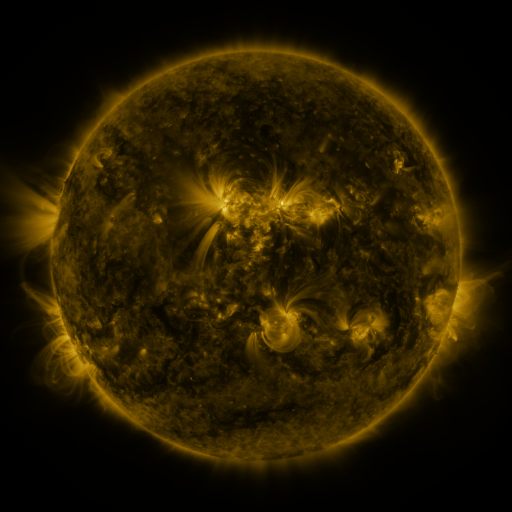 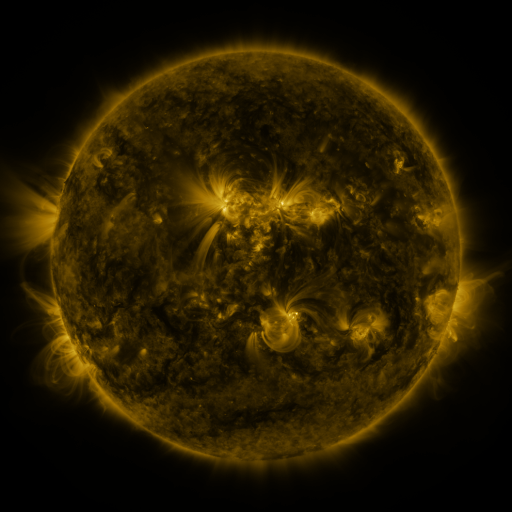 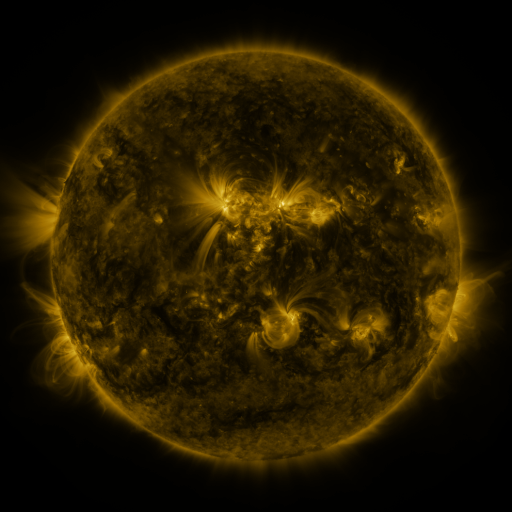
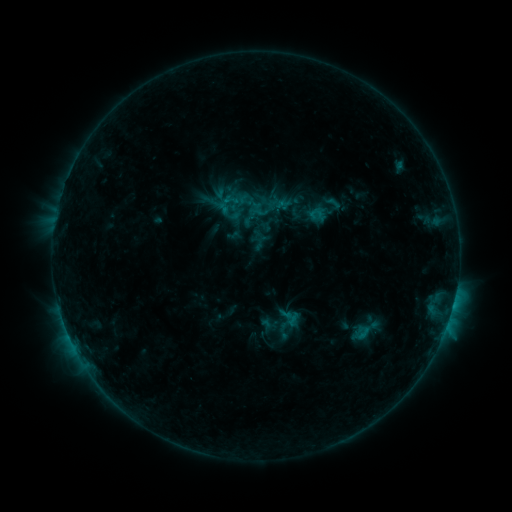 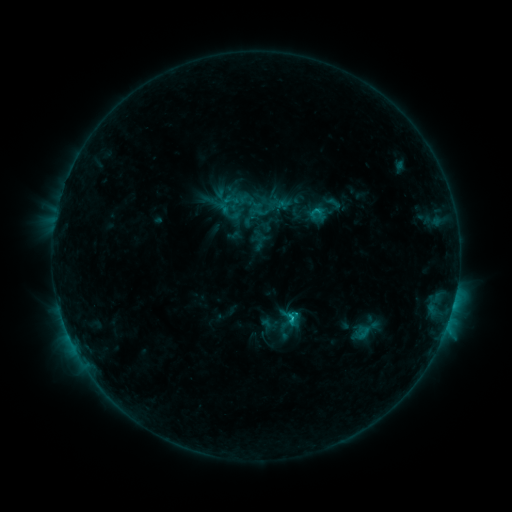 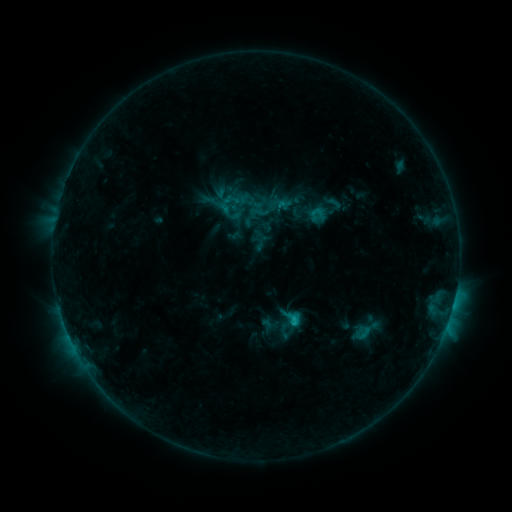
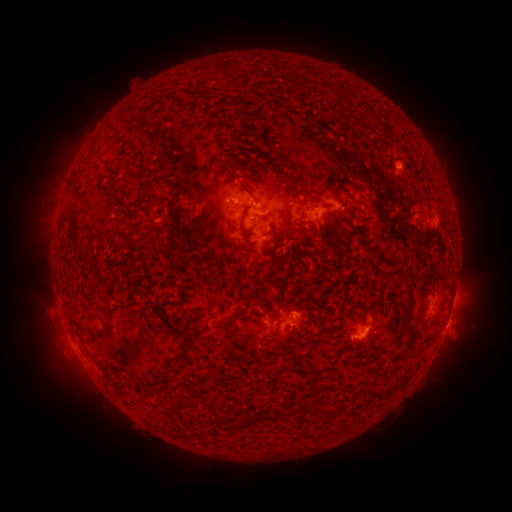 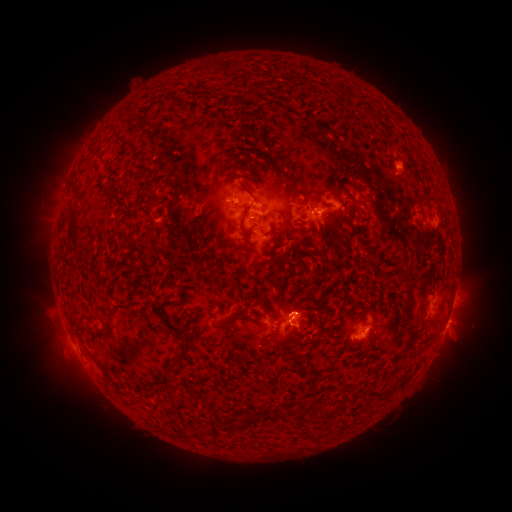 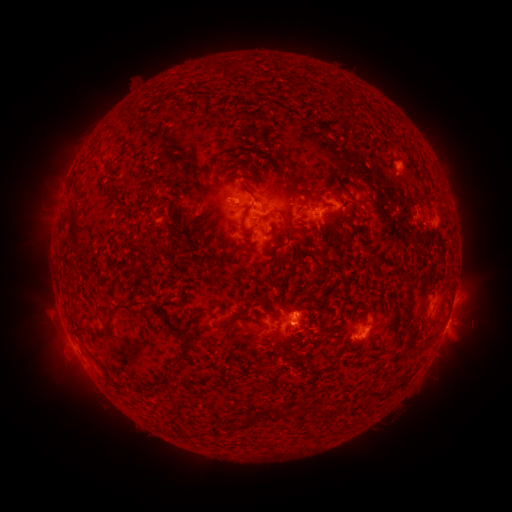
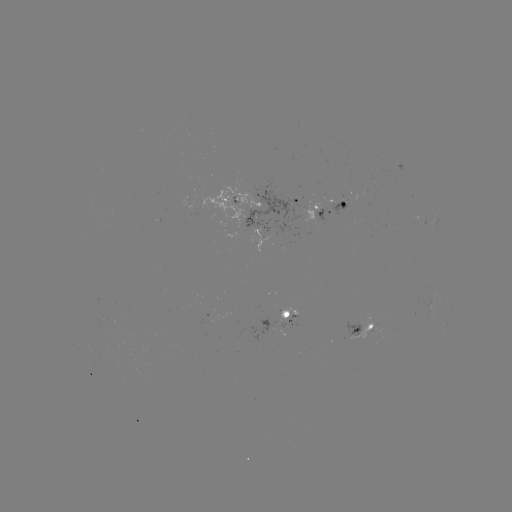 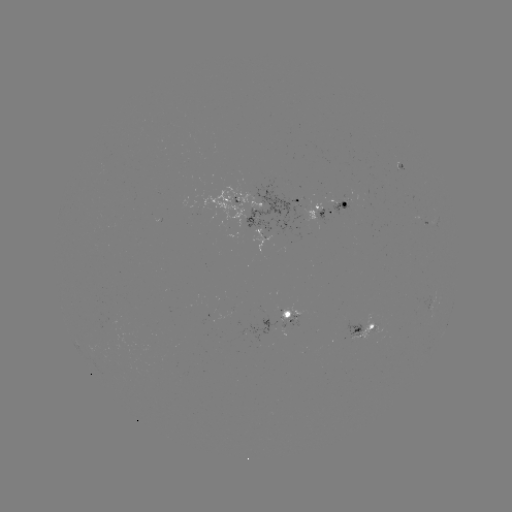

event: flare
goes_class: C1.5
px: (289, 316)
